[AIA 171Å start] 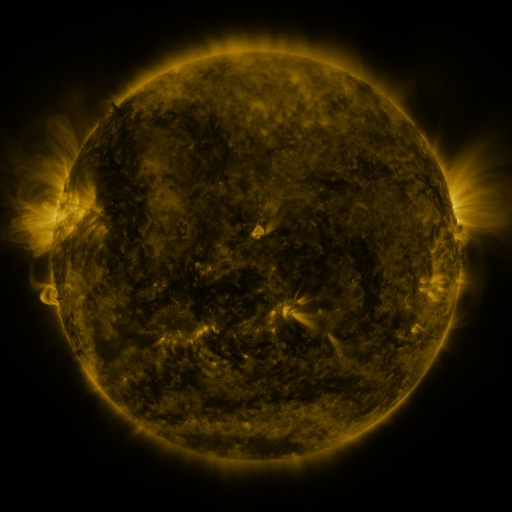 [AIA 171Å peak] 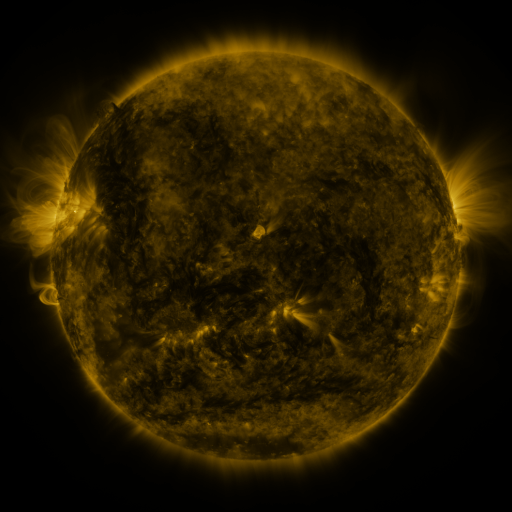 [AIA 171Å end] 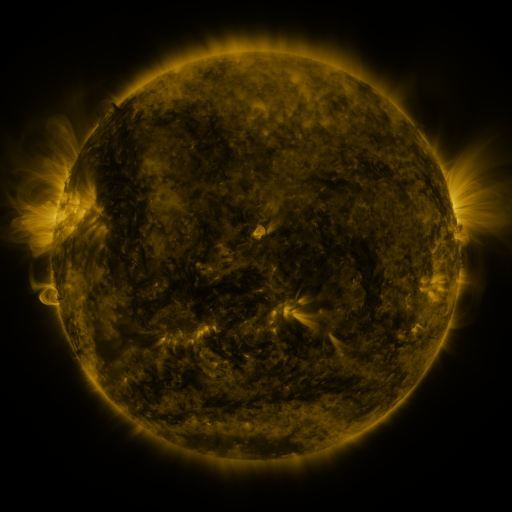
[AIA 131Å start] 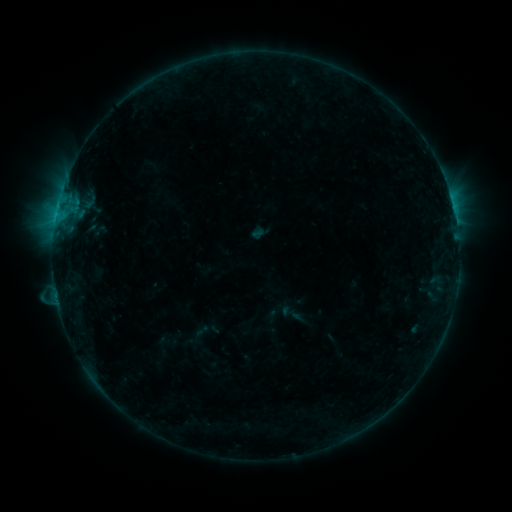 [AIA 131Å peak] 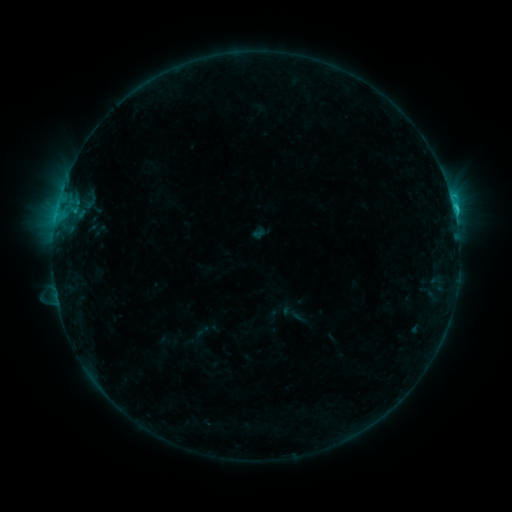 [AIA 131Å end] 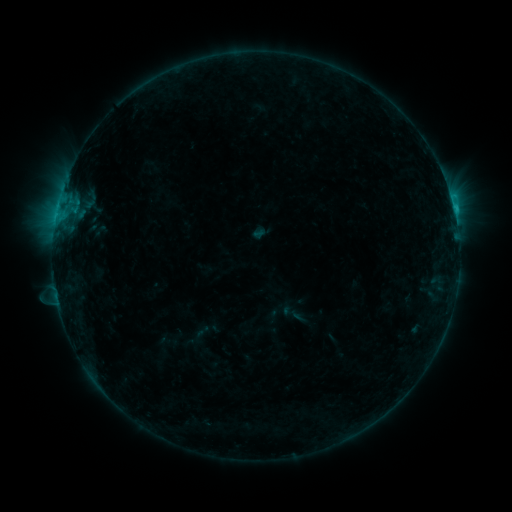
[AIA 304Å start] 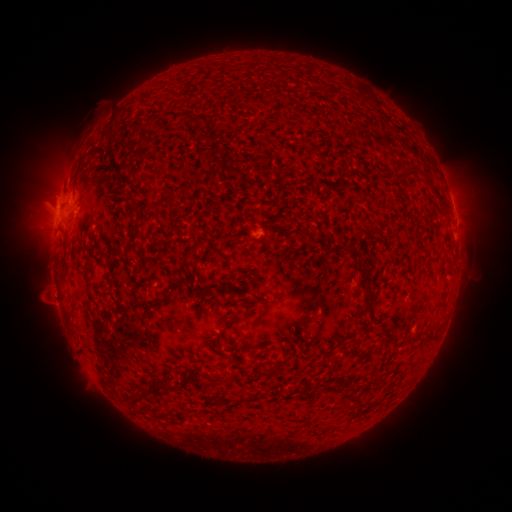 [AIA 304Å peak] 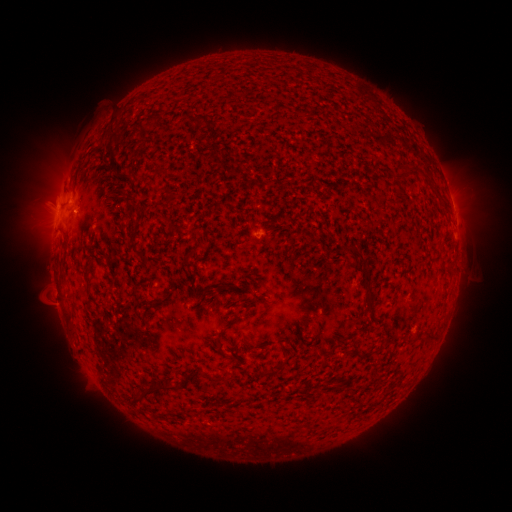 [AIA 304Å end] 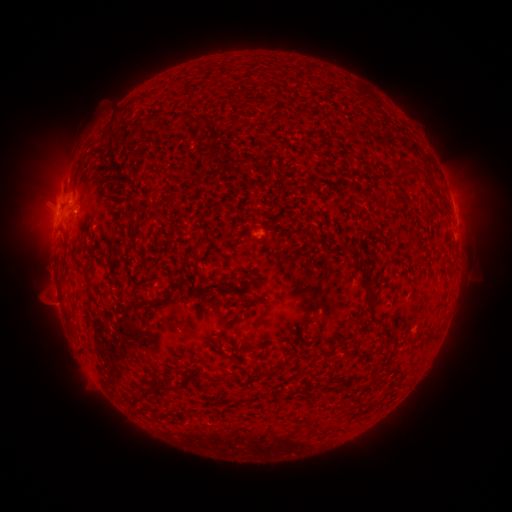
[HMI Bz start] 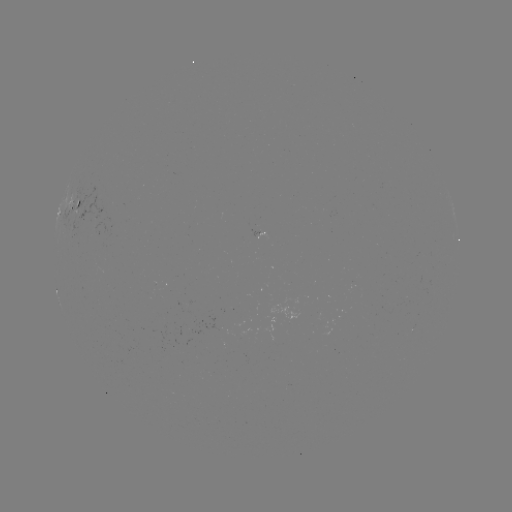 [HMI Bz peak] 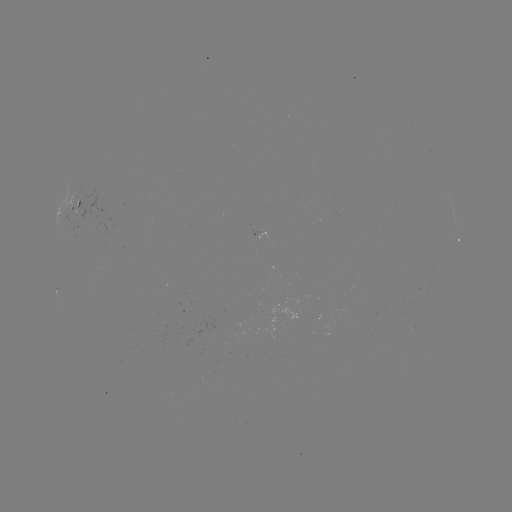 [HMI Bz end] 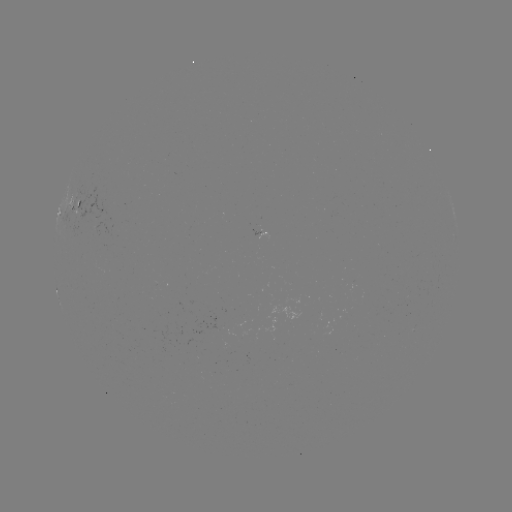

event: flare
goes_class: C1.2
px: (76, 214)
